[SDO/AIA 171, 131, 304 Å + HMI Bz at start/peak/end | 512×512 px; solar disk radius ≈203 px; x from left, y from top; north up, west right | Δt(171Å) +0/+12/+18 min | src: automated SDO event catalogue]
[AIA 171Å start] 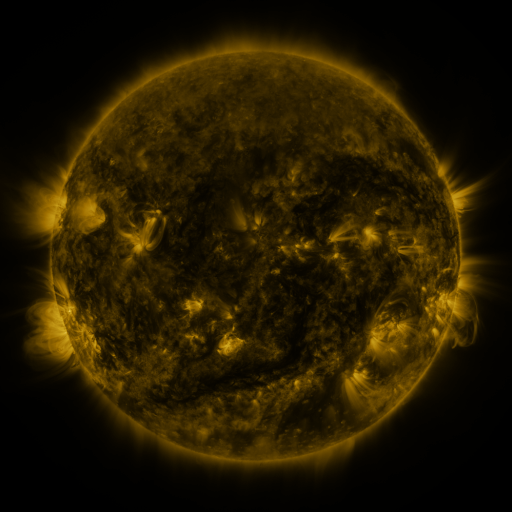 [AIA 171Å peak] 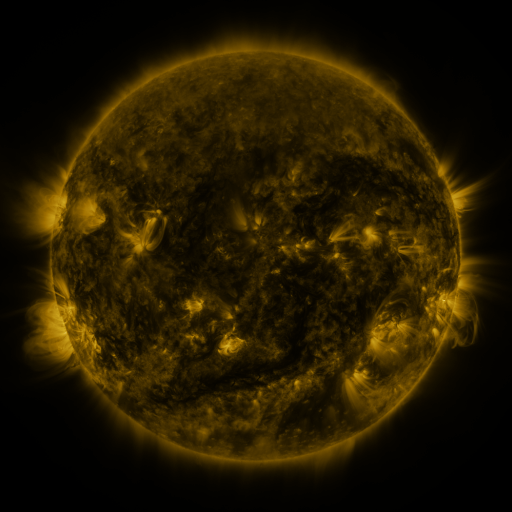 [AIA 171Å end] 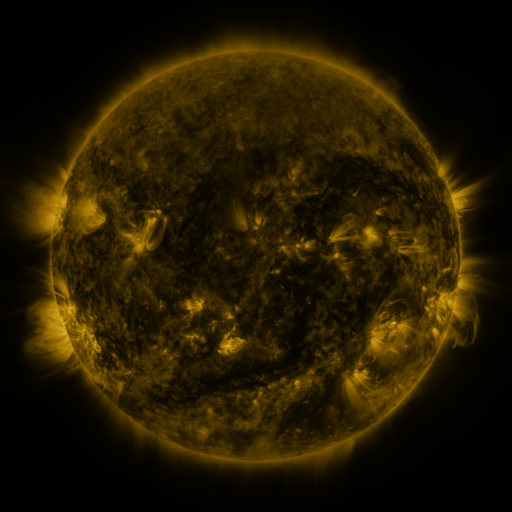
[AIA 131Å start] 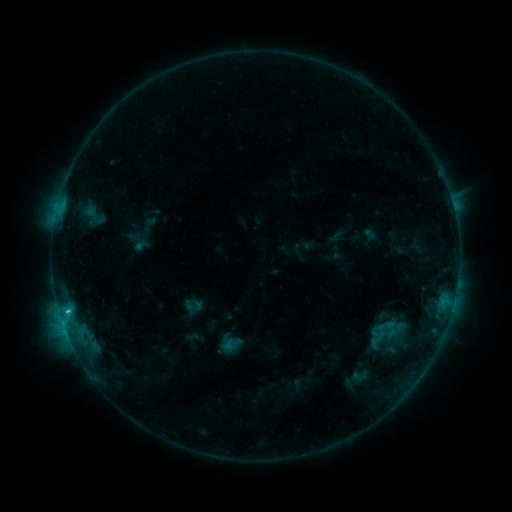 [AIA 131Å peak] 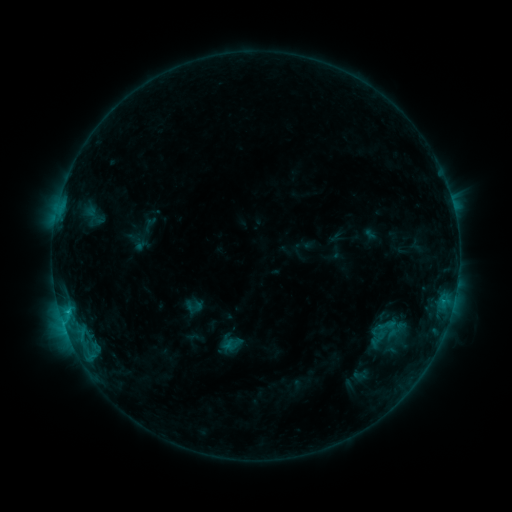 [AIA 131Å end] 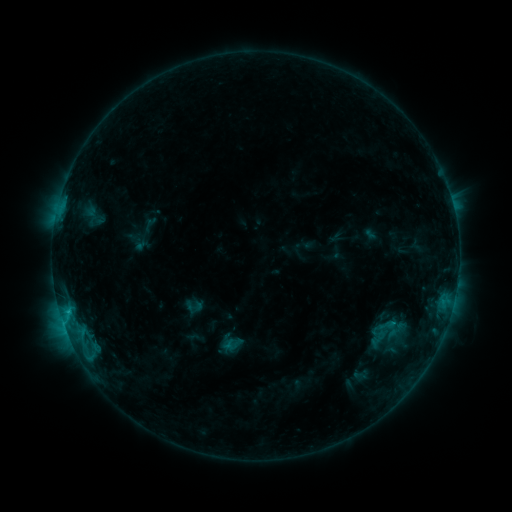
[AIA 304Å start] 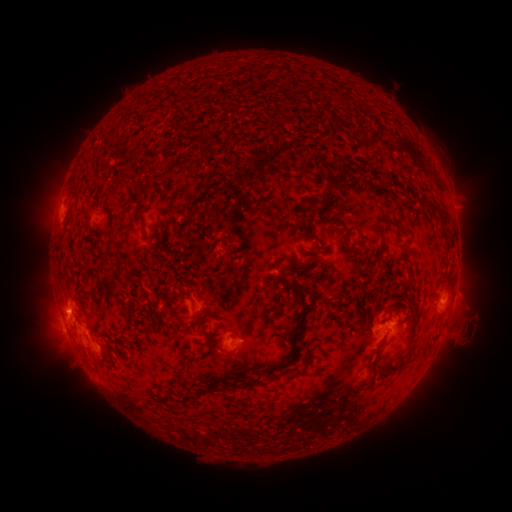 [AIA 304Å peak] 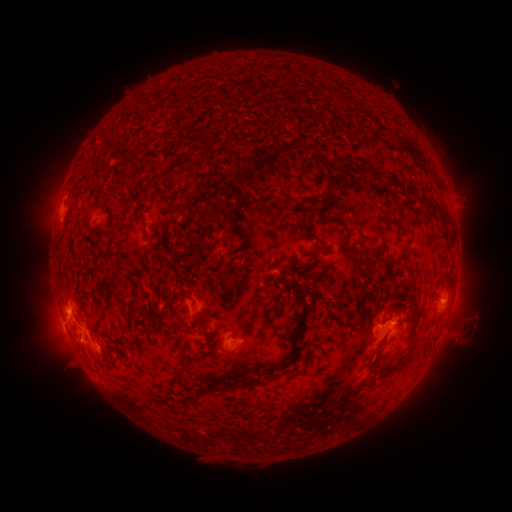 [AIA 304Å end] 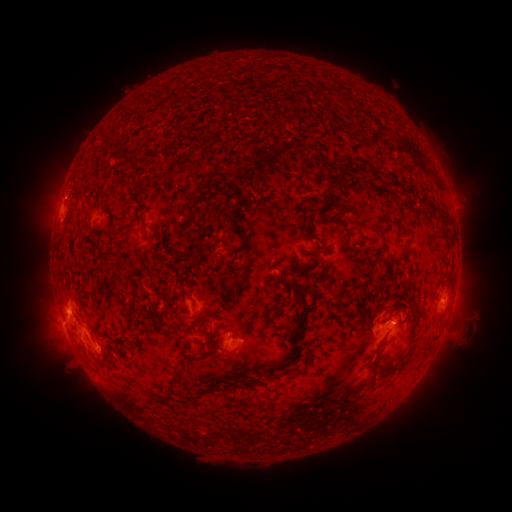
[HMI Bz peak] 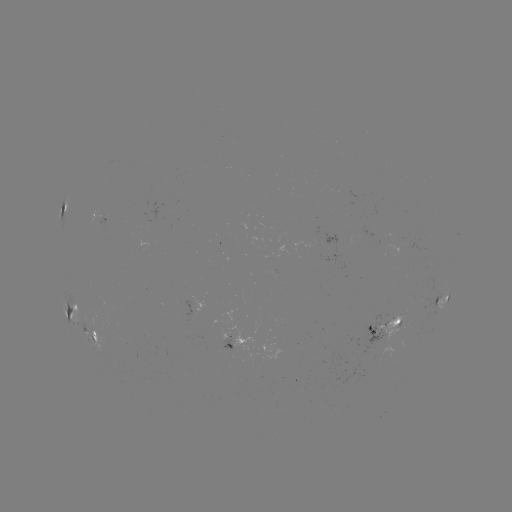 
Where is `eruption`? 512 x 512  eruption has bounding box [54, 325, 99, 370].